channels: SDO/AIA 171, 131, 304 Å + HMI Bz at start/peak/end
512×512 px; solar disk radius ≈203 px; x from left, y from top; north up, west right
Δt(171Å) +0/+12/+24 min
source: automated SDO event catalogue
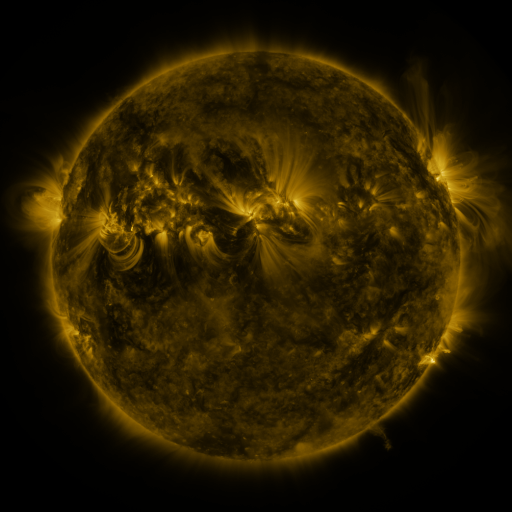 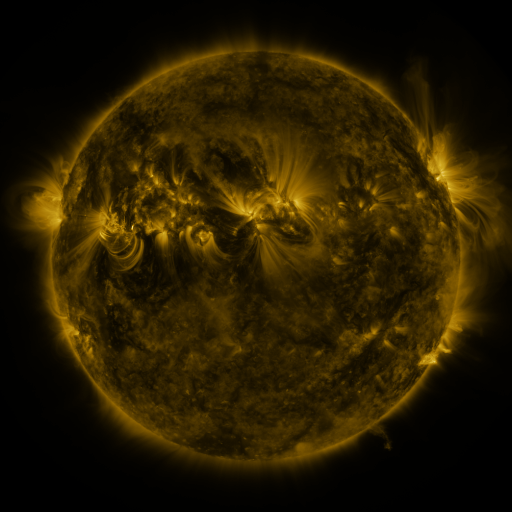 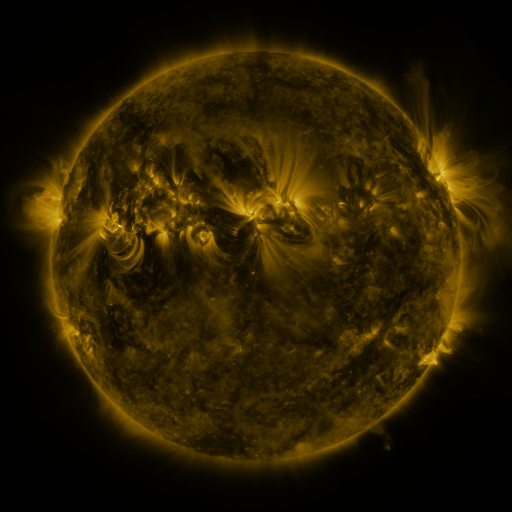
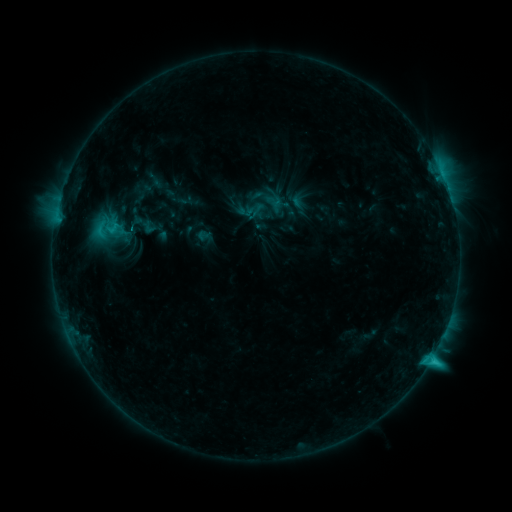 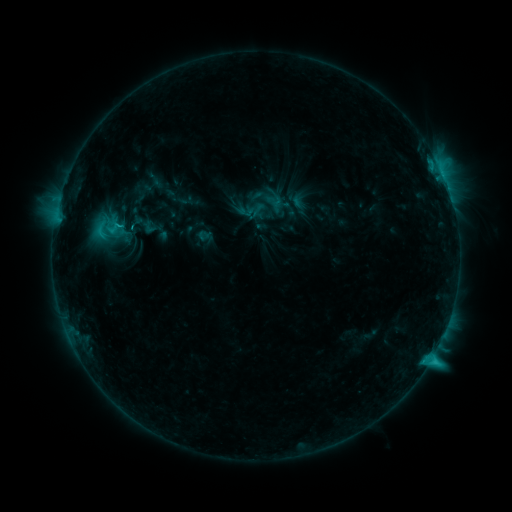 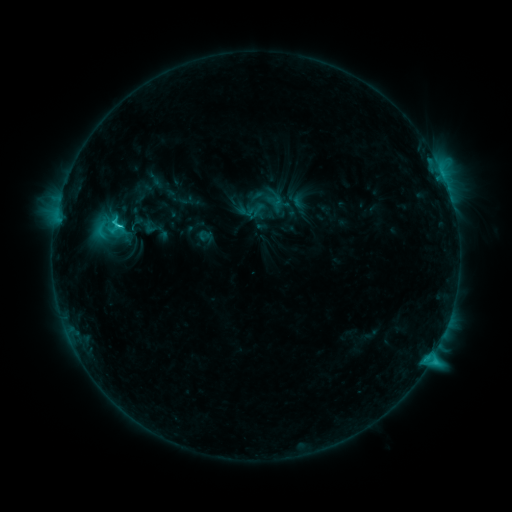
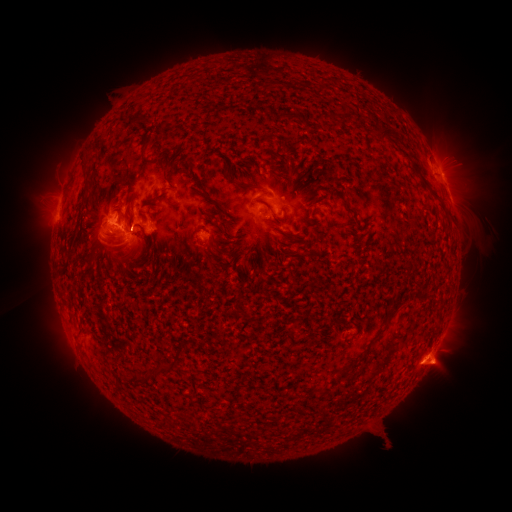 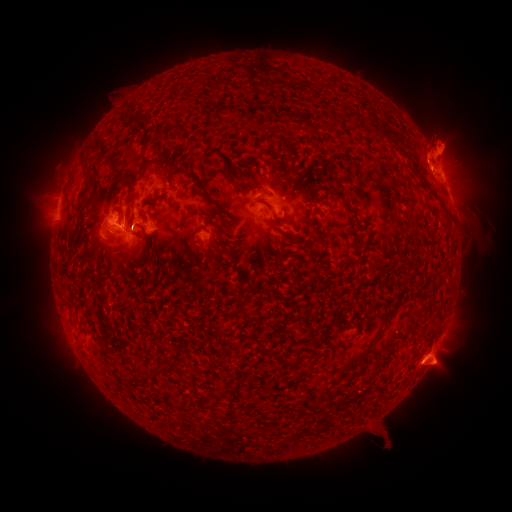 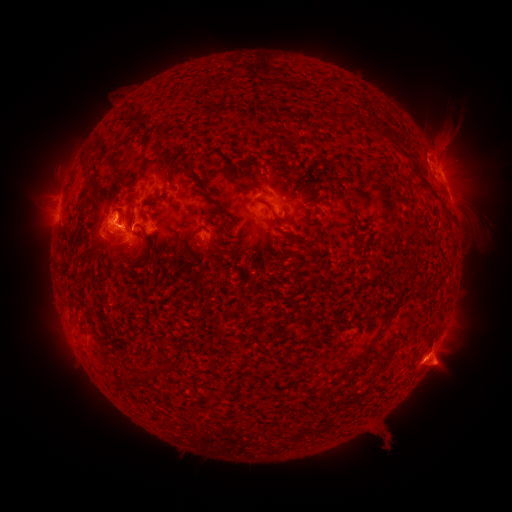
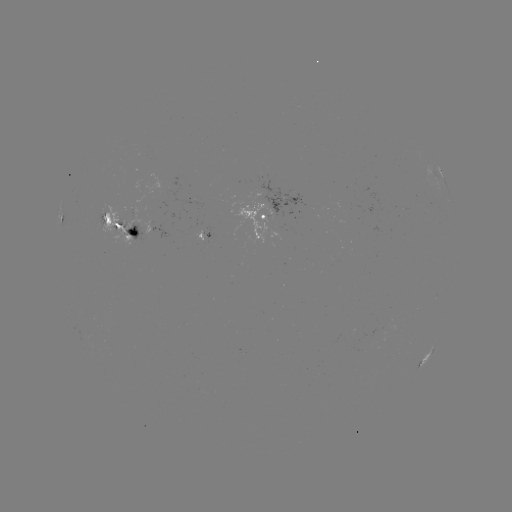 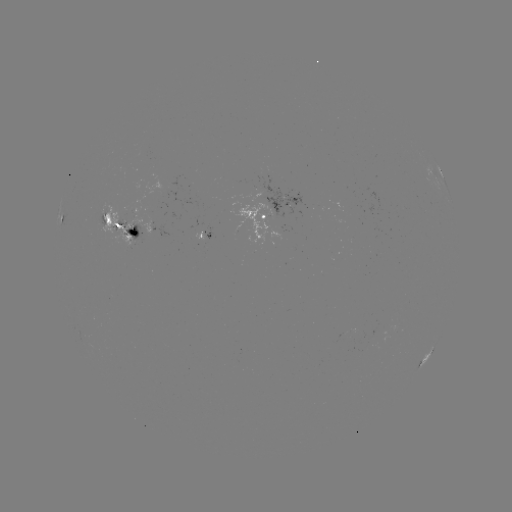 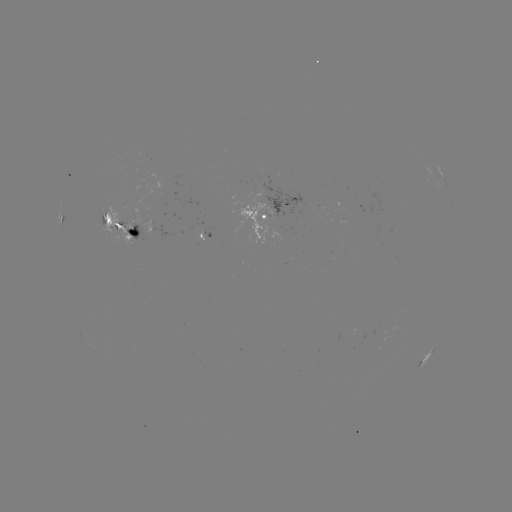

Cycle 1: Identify eruption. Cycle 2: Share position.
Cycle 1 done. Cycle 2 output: (446, 138).